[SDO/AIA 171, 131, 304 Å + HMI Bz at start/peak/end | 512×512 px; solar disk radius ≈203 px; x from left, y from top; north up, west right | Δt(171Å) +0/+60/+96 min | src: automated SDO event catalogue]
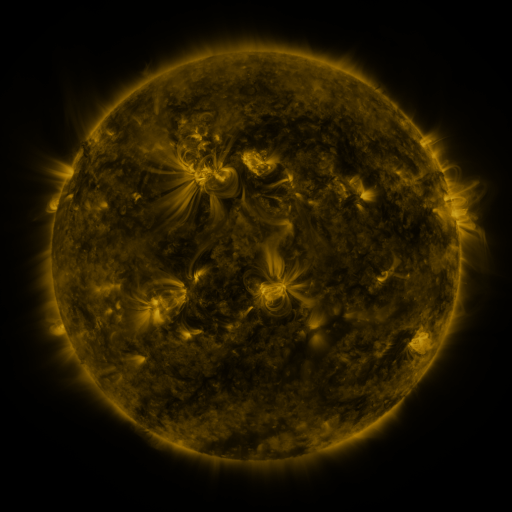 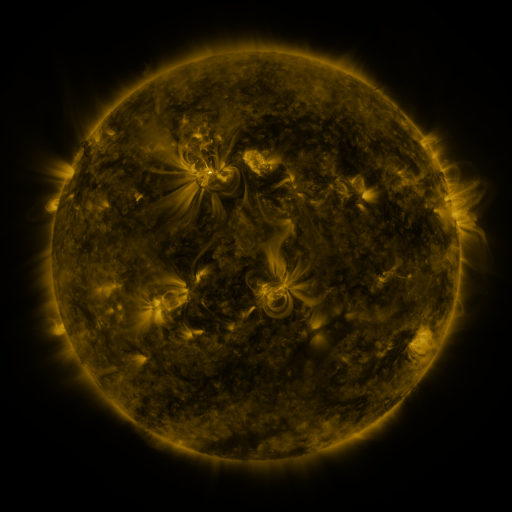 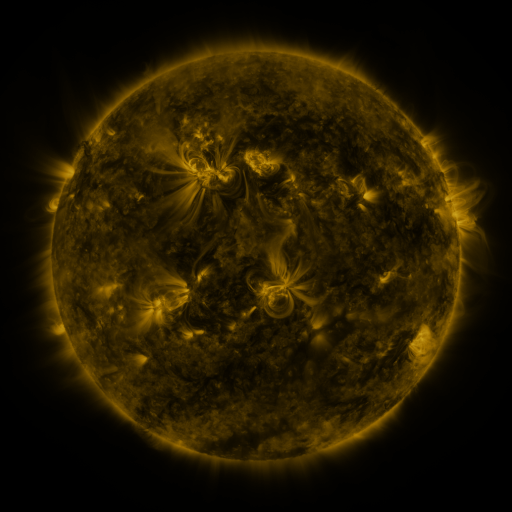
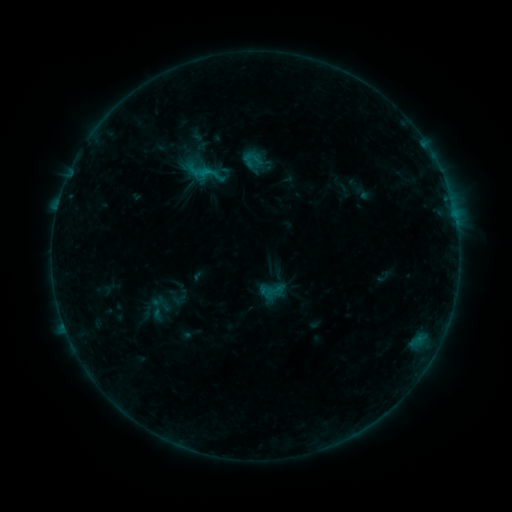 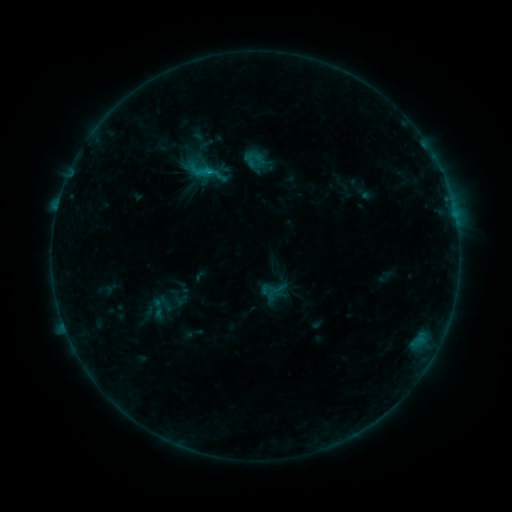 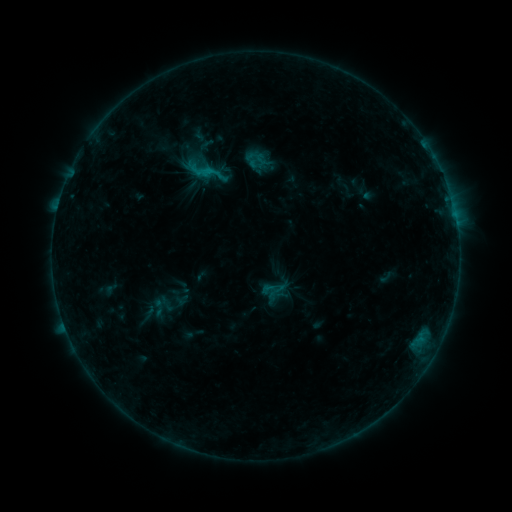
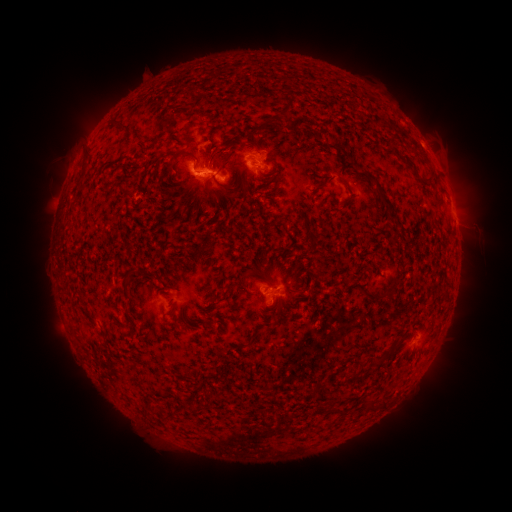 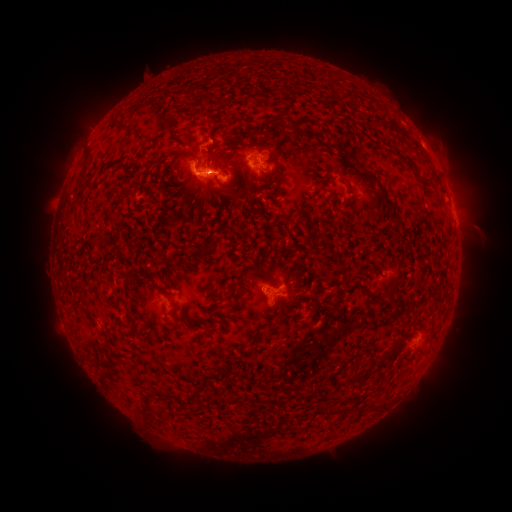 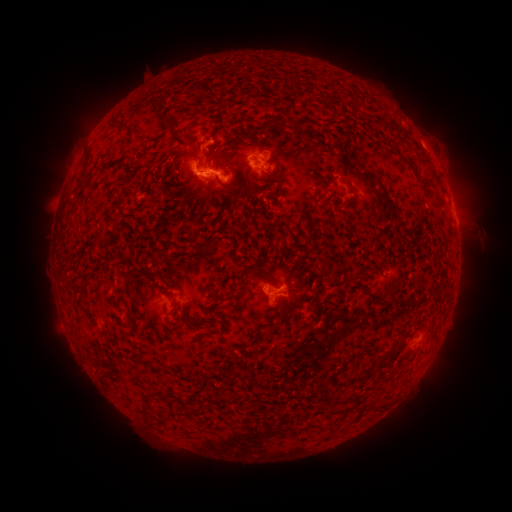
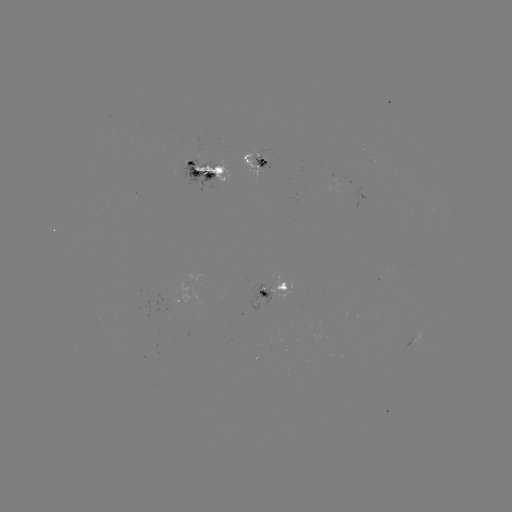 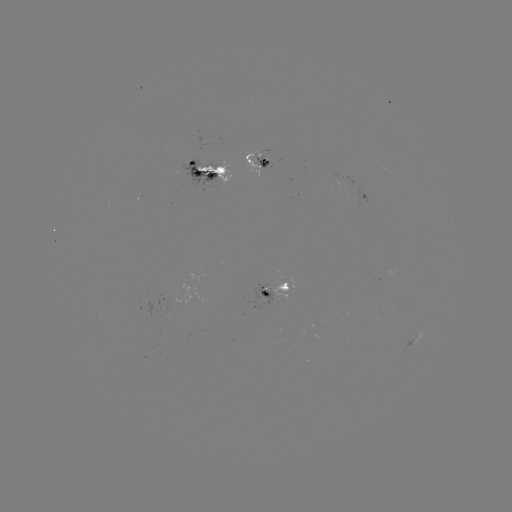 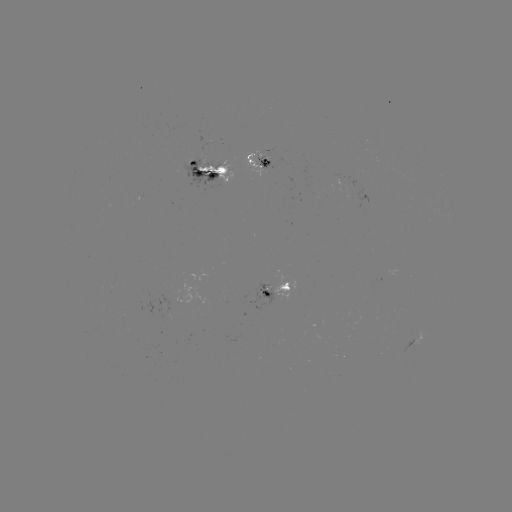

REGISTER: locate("emerging-flux region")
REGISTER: [261, 164]